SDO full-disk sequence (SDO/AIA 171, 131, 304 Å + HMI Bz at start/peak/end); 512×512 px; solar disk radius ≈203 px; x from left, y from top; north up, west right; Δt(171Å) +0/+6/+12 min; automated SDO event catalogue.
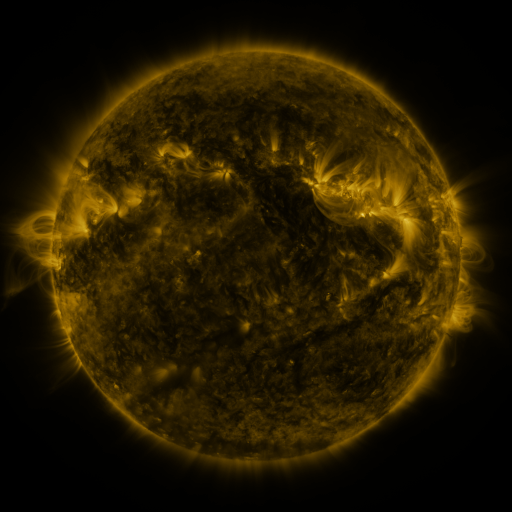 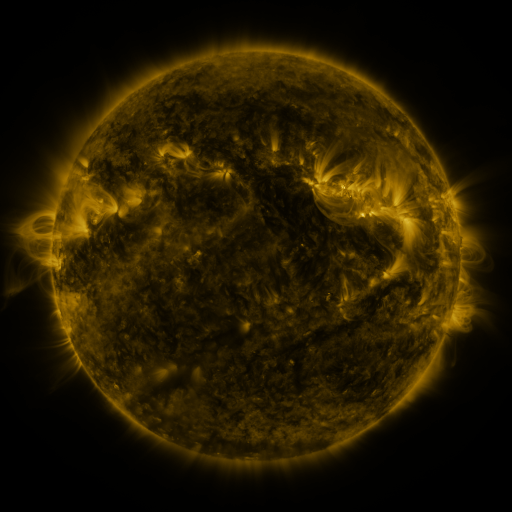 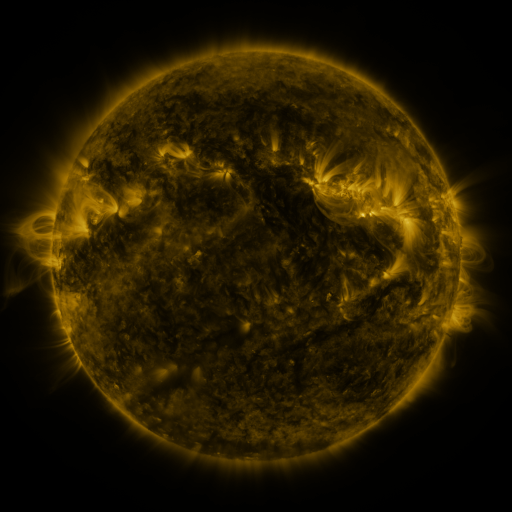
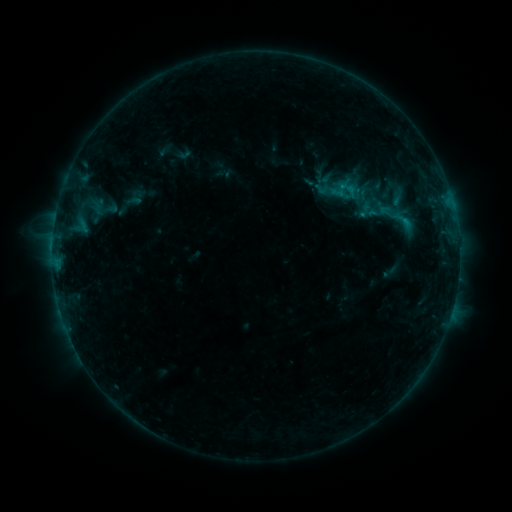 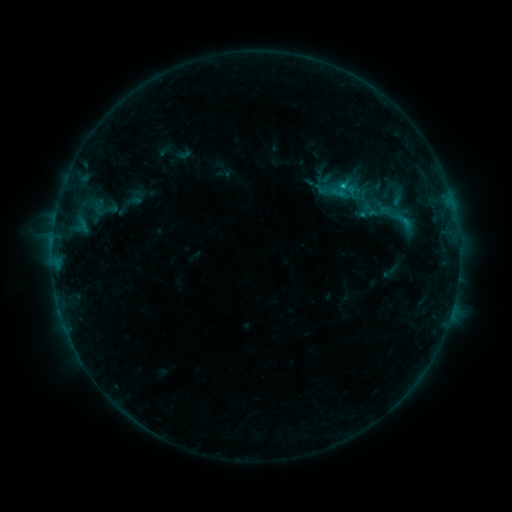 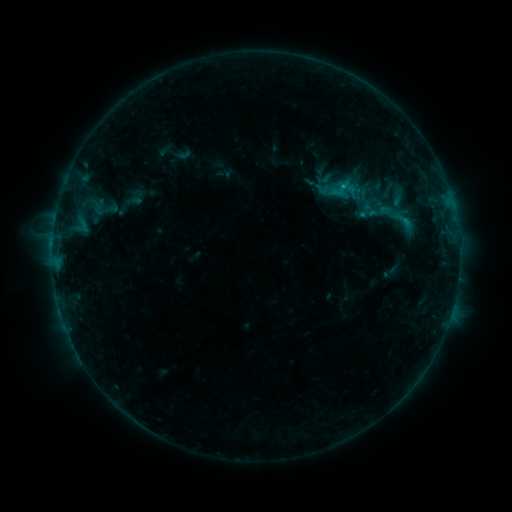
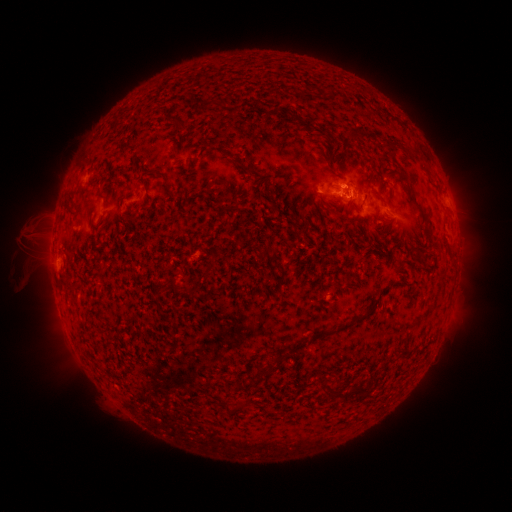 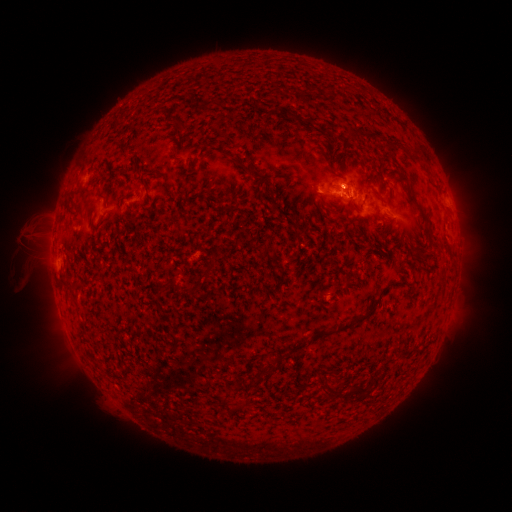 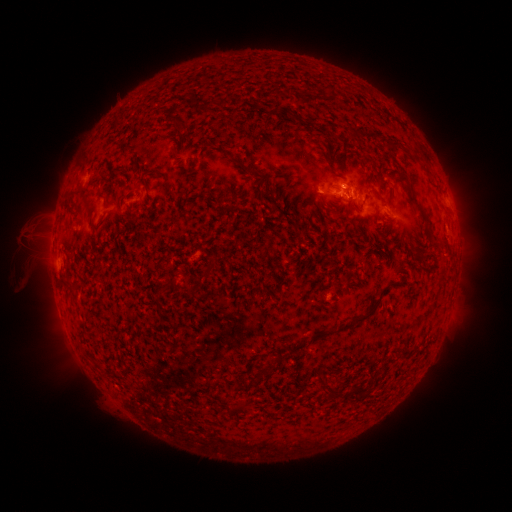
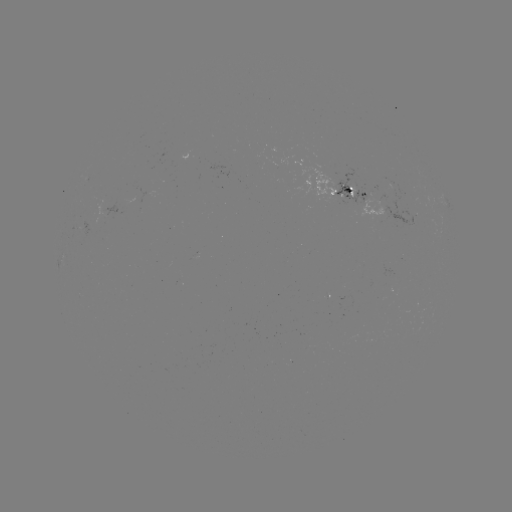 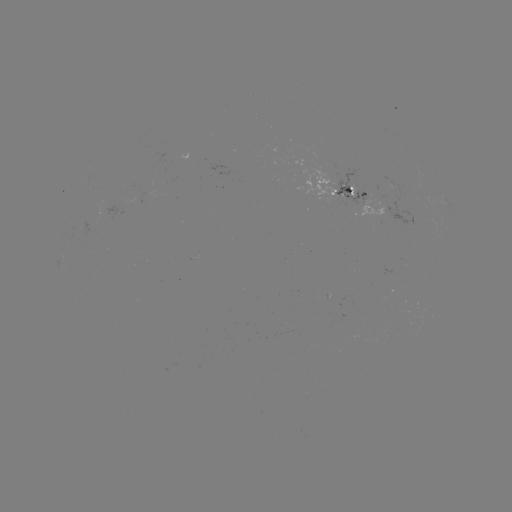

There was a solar flare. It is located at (343, 189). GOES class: B8.5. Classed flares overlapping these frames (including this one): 1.